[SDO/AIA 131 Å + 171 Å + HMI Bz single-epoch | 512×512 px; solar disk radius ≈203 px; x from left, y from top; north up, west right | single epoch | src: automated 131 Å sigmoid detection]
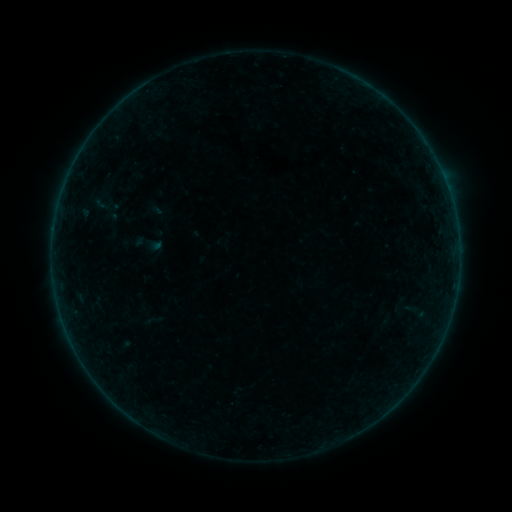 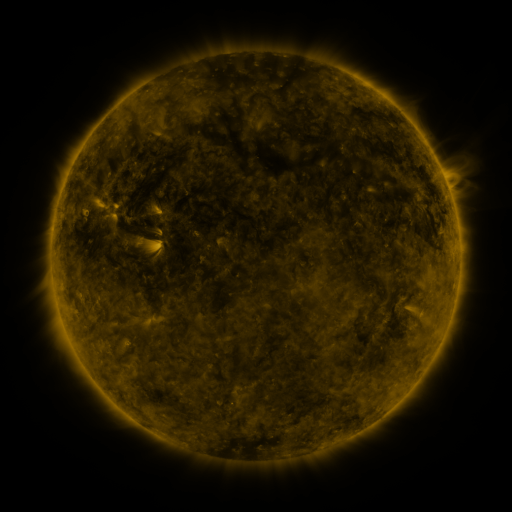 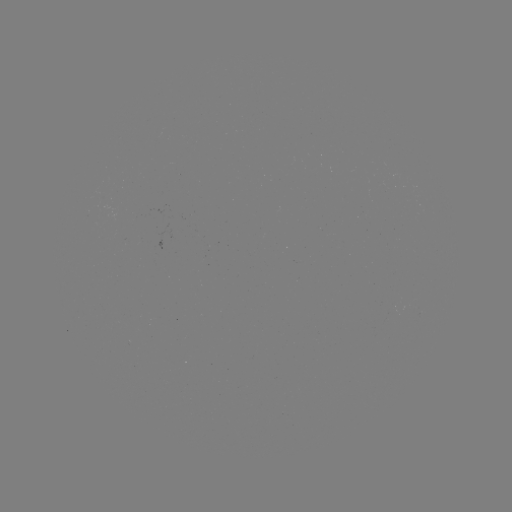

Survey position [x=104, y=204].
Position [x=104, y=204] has sigmoid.